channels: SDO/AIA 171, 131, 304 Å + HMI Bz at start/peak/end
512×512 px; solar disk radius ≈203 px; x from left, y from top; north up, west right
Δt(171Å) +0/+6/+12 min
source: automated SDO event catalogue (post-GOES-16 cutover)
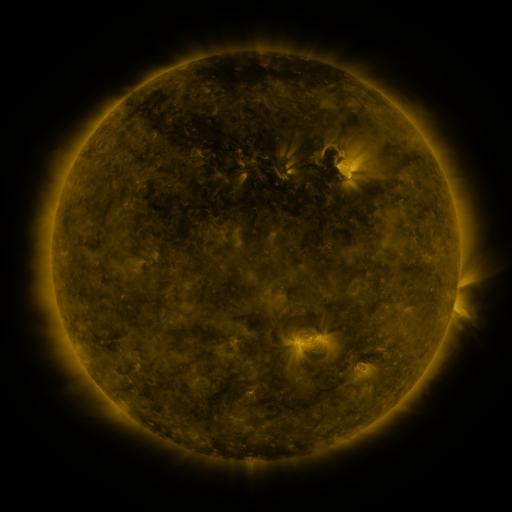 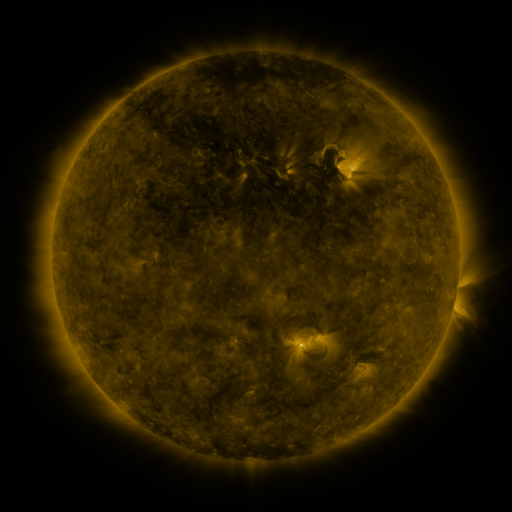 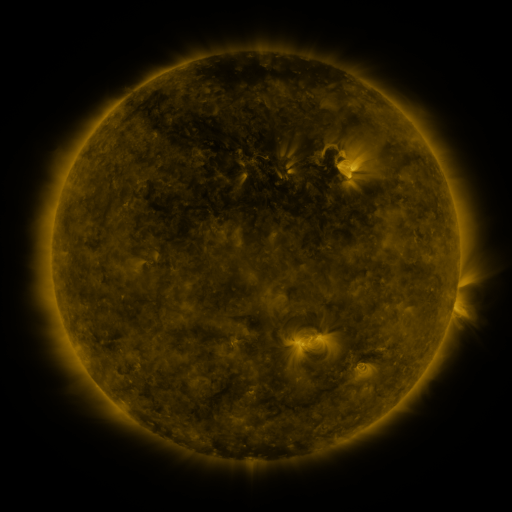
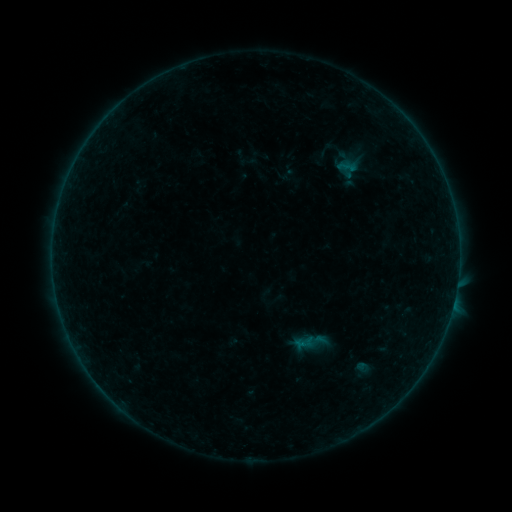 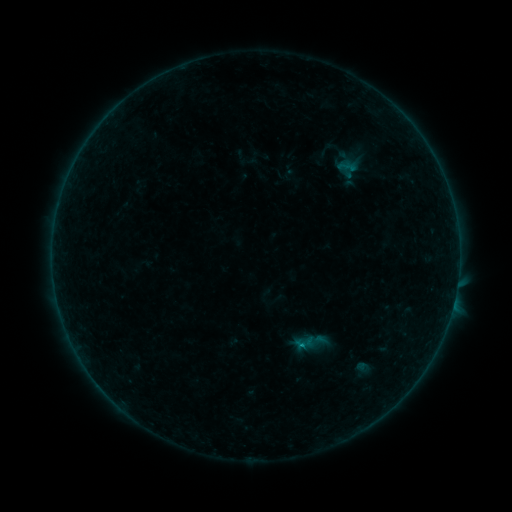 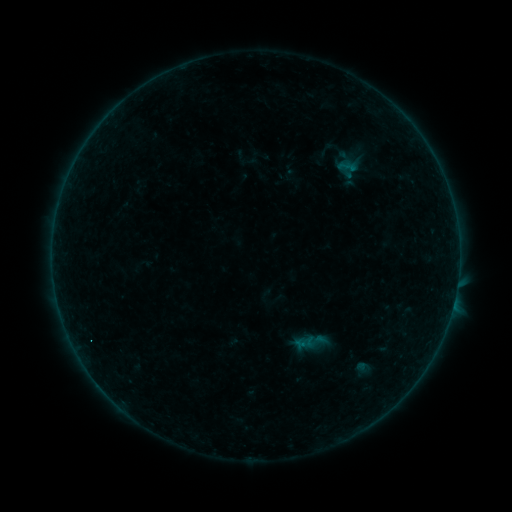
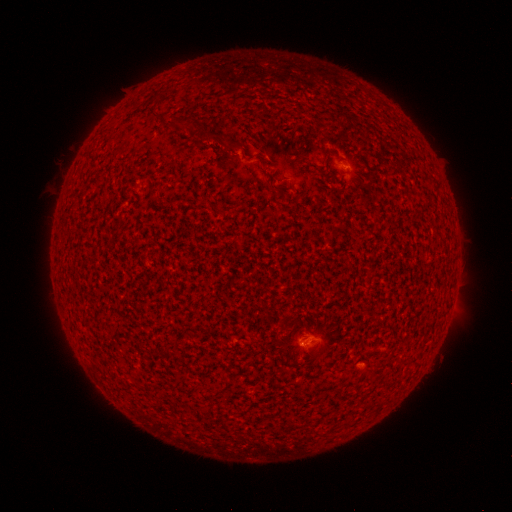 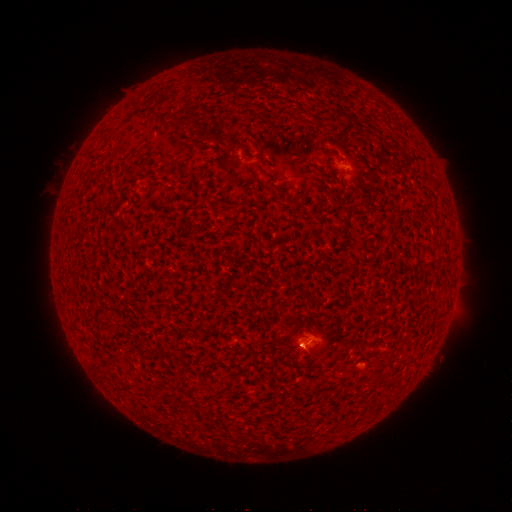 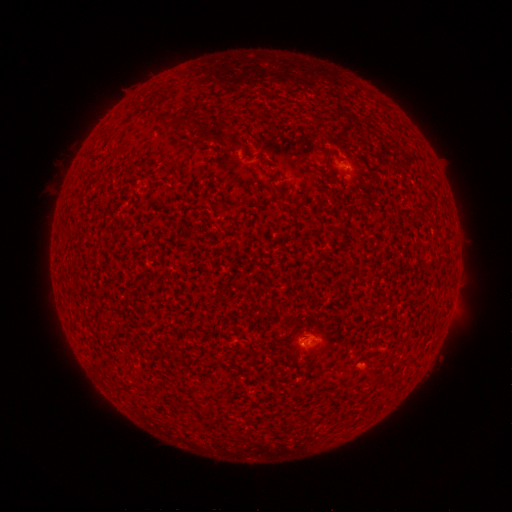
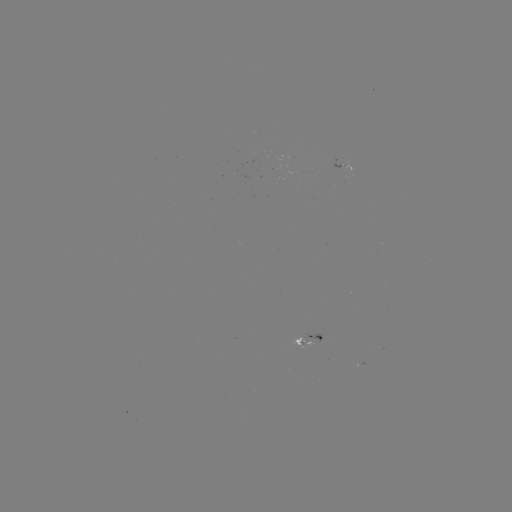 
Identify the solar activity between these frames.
B1.7 flare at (302, 344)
